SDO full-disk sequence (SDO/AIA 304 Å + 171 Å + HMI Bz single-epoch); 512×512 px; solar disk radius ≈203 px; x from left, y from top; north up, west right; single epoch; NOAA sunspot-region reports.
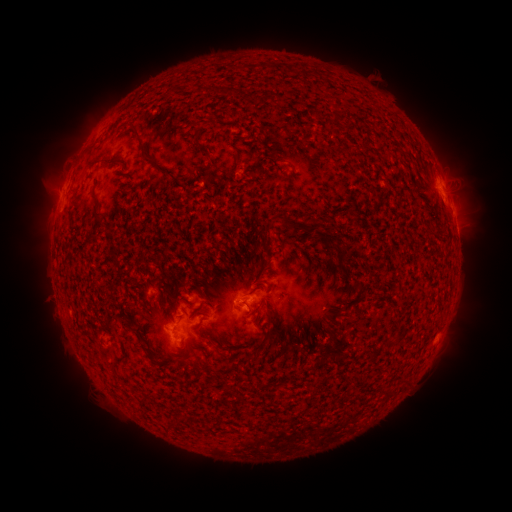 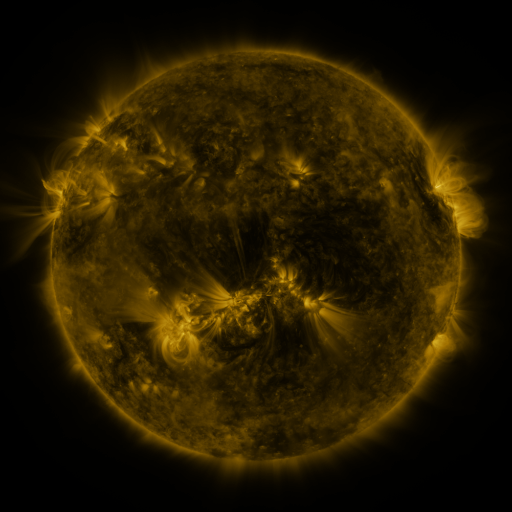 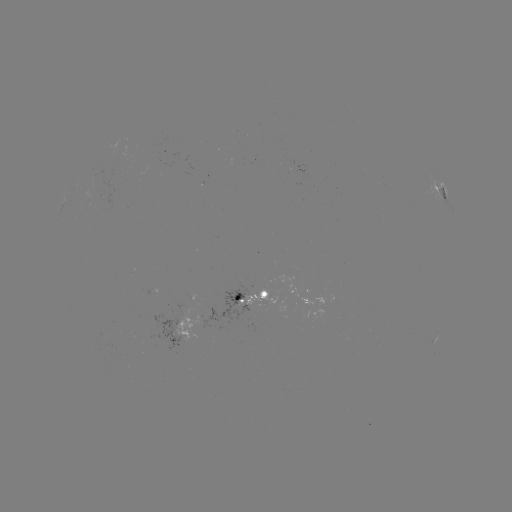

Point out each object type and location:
spotted active region: (441, 188)
spotted active region: (256, 292)
spotted active region: (189, 327)
